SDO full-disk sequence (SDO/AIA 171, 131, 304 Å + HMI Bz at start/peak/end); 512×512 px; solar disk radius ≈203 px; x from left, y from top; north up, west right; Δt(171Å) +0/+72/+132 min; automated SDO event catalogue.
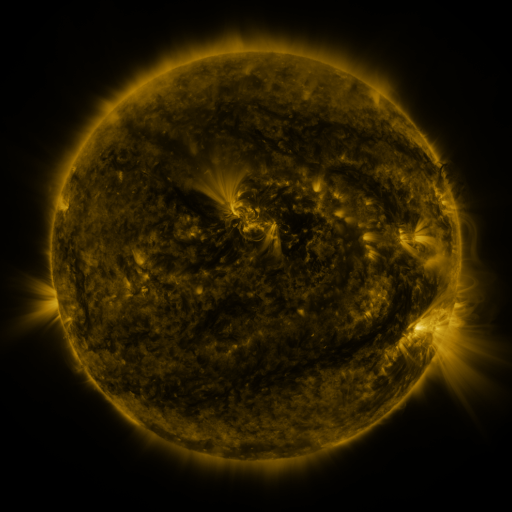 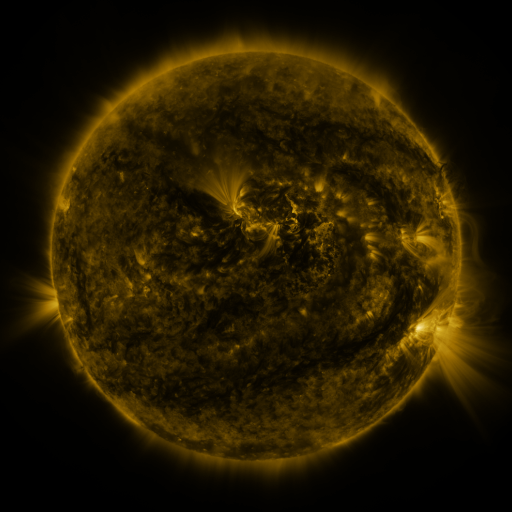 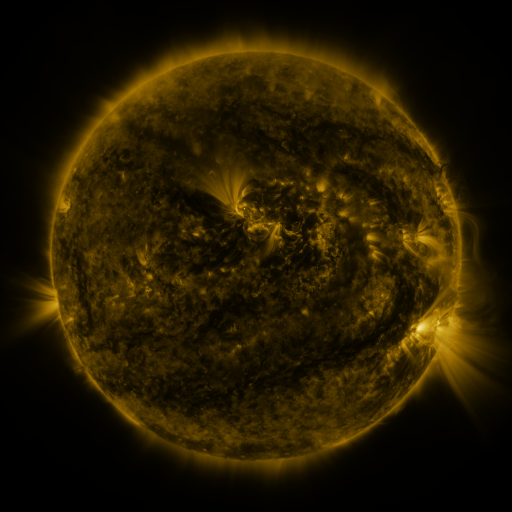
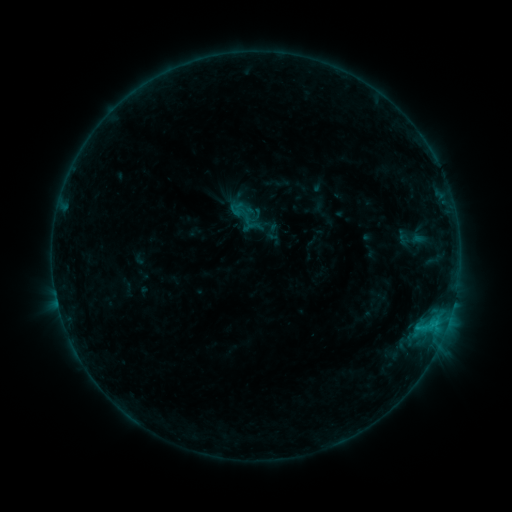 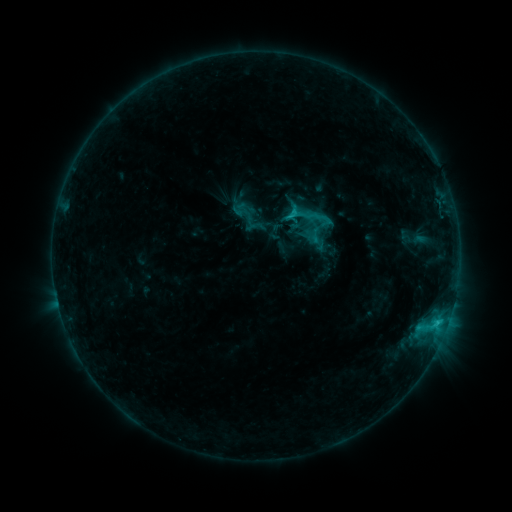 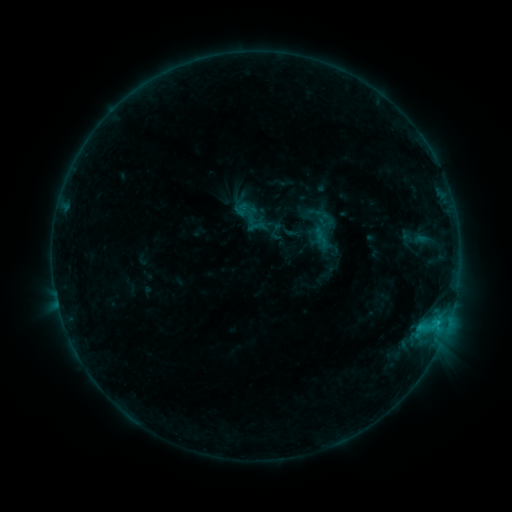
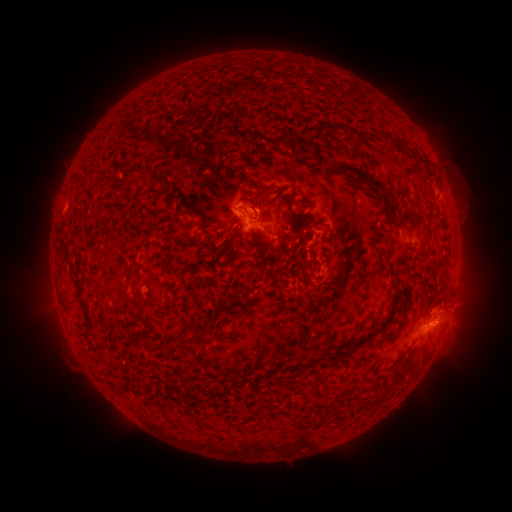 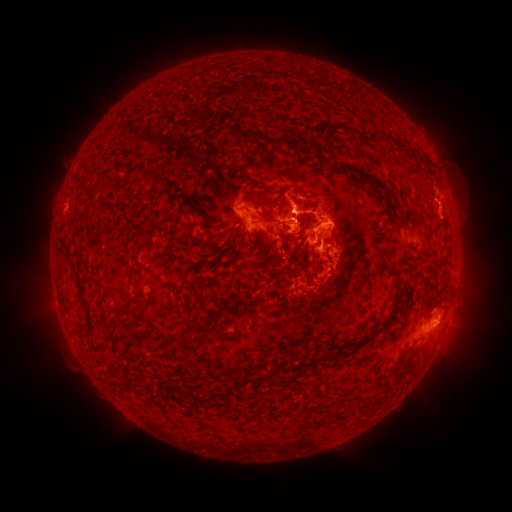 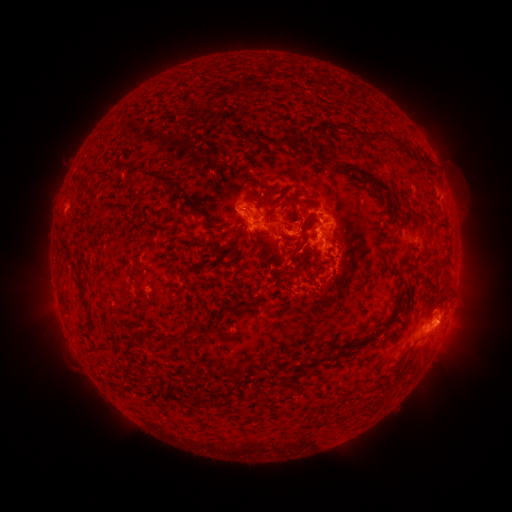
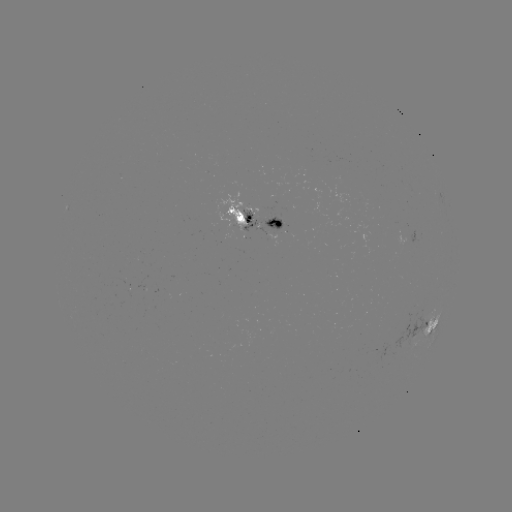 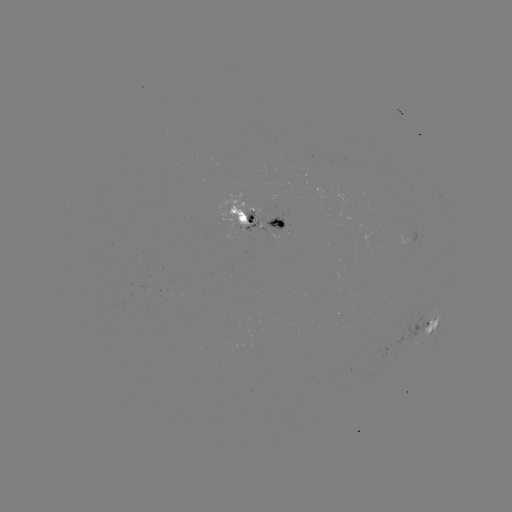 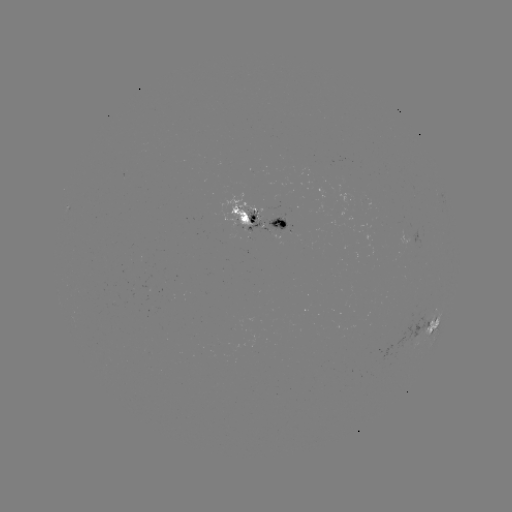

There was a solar flare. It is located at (293, 216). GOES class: C3.2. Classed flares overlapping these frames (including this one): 2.